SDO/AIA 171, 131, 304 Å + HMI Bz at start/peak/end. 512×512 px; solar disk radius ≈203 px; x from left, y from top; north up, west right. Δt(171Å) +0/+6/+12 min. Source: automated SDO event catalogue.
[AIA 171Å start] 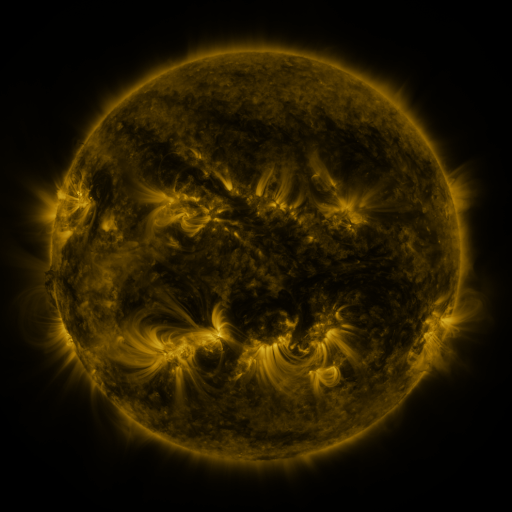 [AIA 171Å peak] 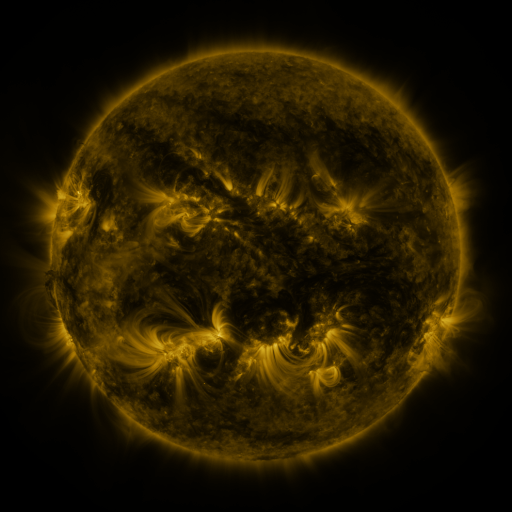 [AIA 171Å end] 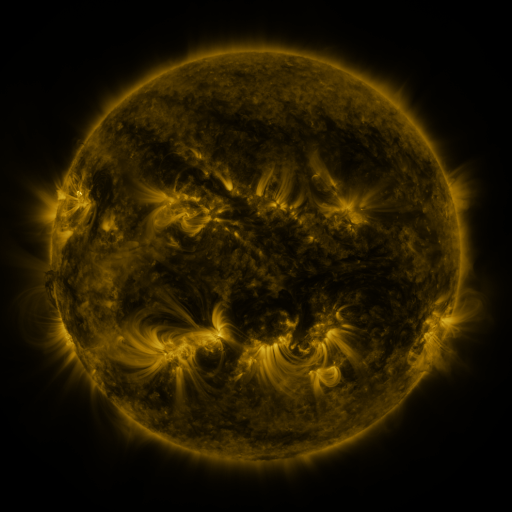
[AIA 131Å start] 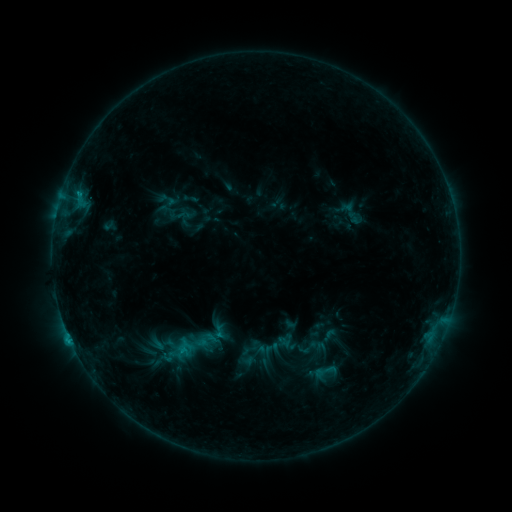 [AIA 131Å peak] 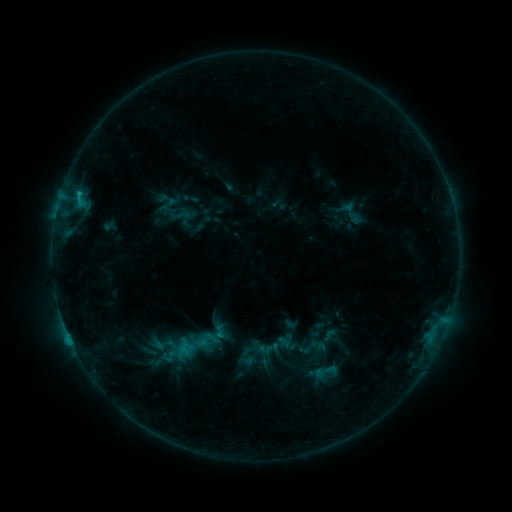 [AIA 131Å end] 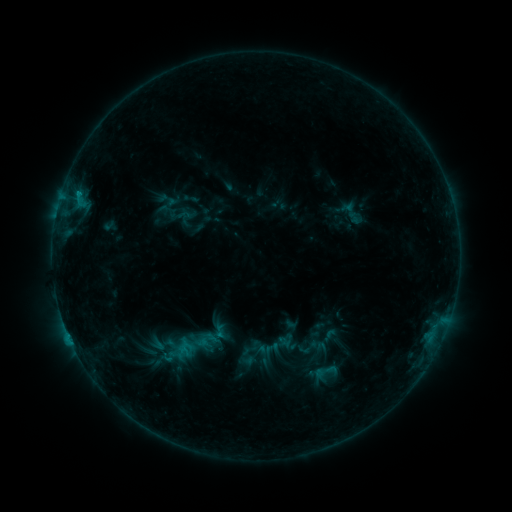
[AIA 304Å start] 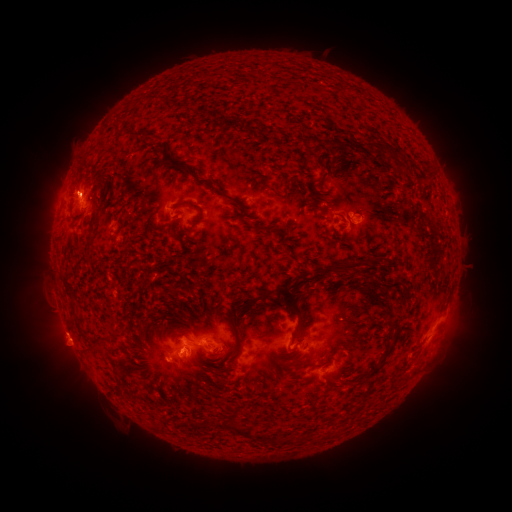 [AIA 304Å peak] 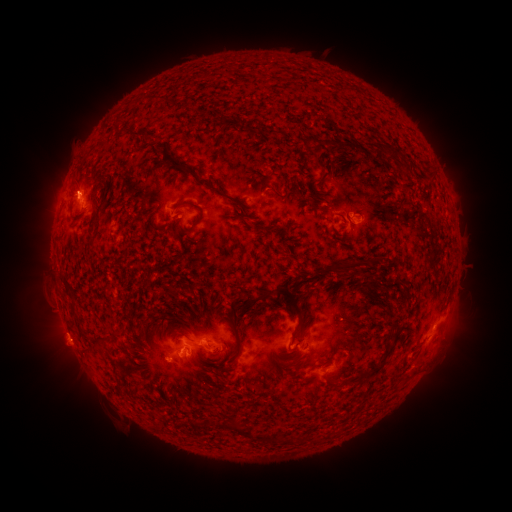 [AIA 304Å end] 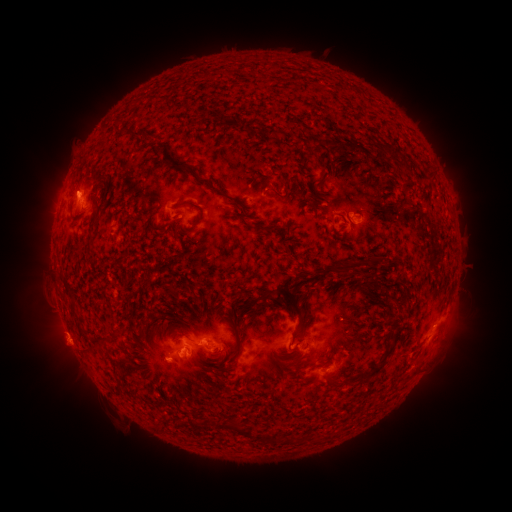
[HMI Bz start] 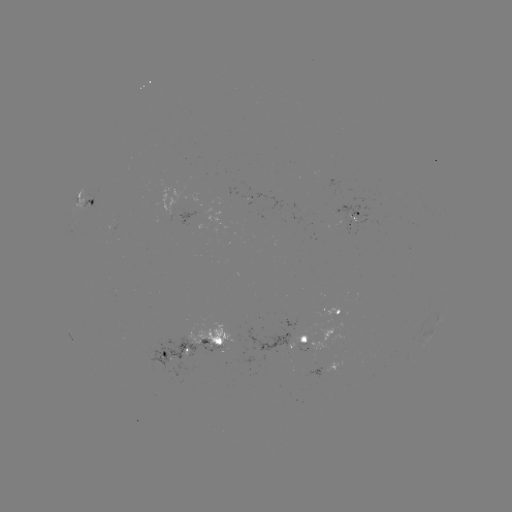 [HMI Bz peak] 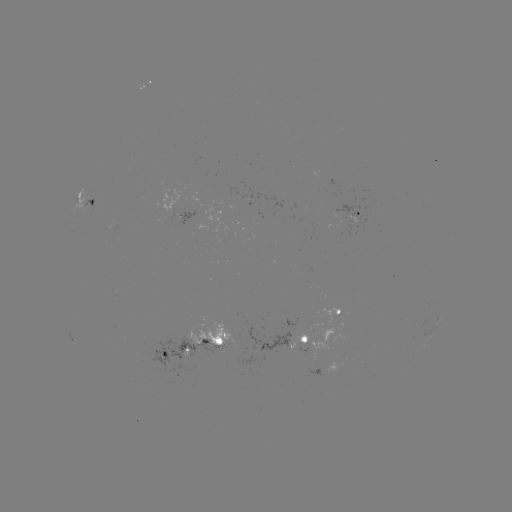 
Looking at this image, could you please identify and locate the C1.0 flare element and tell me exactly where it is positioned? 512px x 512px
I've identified C1.0 flare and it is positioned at (80, 197).